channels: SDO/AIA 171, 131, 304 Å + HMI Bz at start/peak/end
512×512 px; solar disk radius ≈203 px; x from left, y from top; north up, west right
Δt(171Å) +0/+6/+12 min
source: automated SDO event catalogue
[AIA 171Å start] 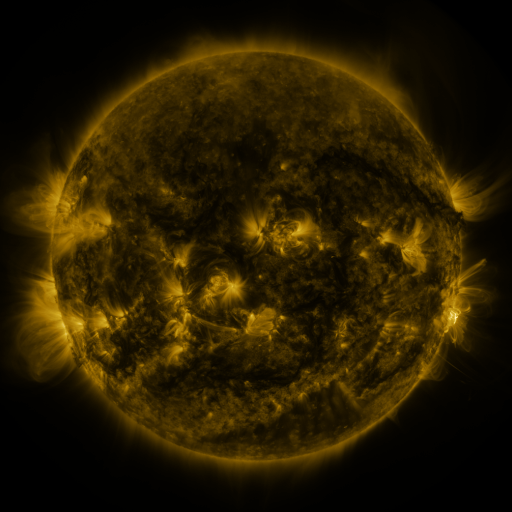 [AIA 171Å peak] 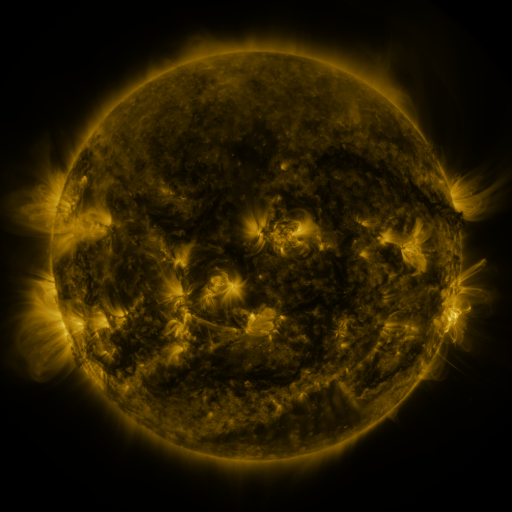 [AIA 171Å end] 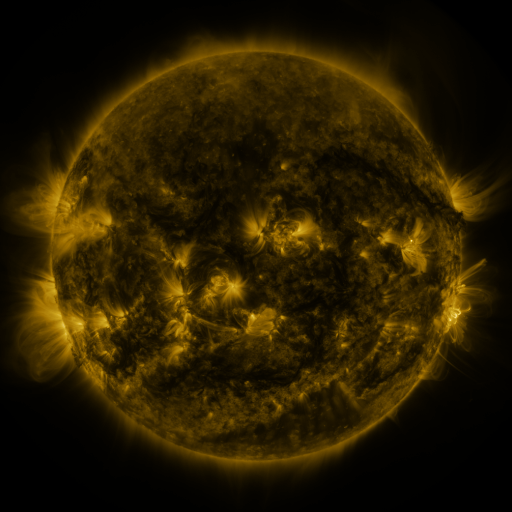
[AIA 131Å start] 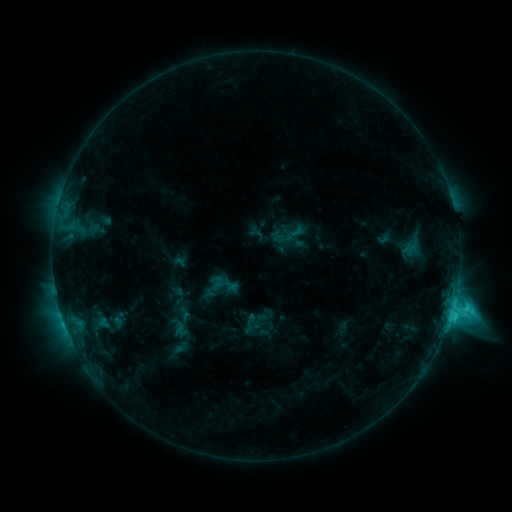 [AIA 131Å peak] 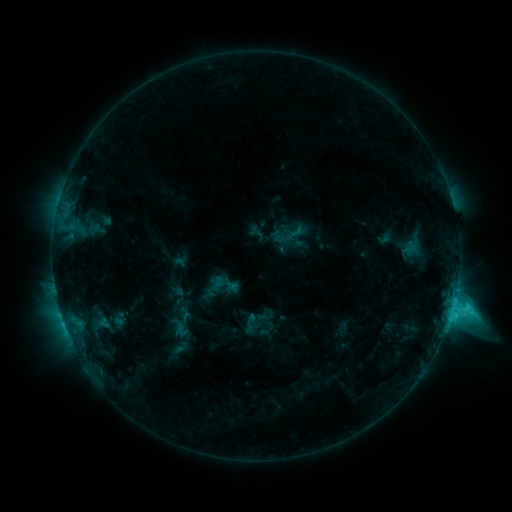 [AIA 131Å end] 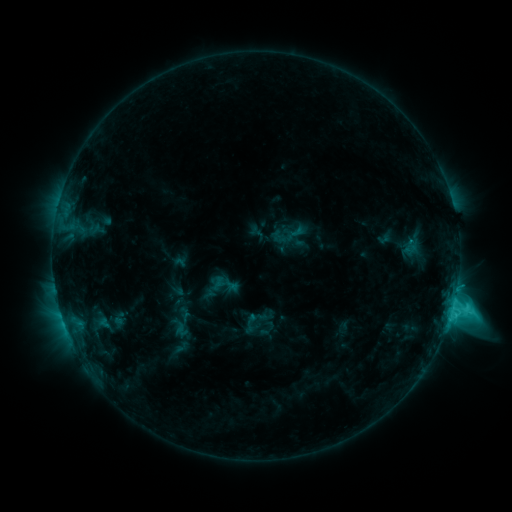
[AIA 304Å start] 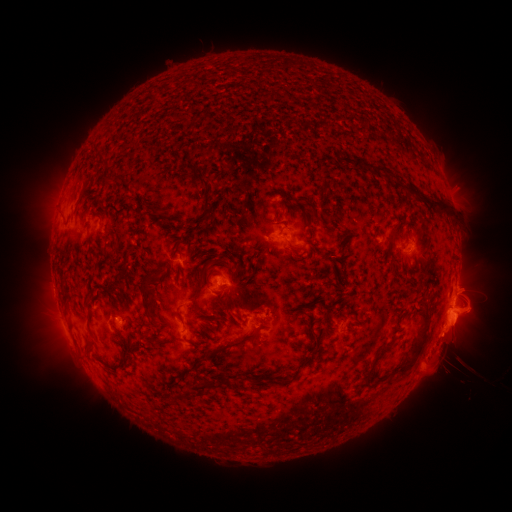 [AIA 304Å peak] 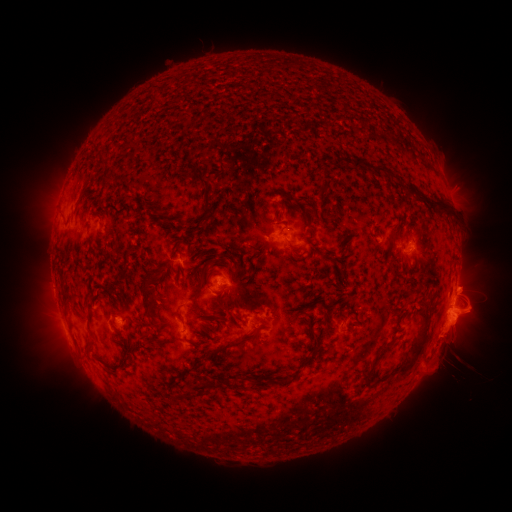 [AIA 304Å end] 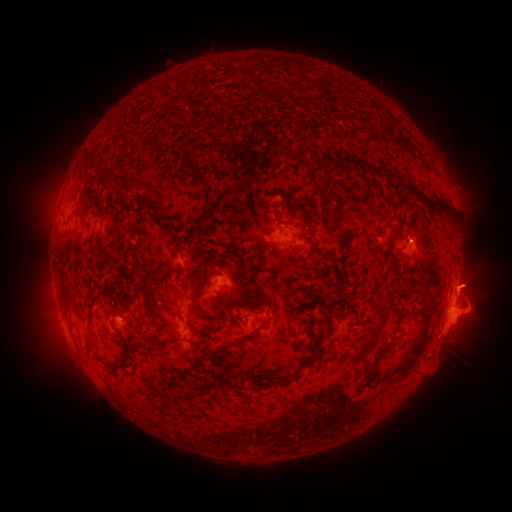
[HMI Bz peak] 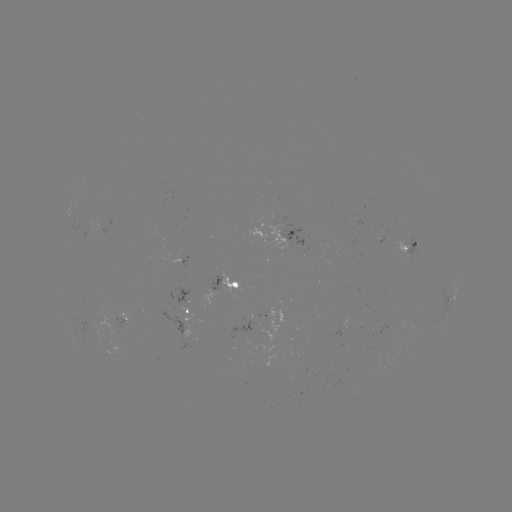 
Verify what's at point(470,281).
eruption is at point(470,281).